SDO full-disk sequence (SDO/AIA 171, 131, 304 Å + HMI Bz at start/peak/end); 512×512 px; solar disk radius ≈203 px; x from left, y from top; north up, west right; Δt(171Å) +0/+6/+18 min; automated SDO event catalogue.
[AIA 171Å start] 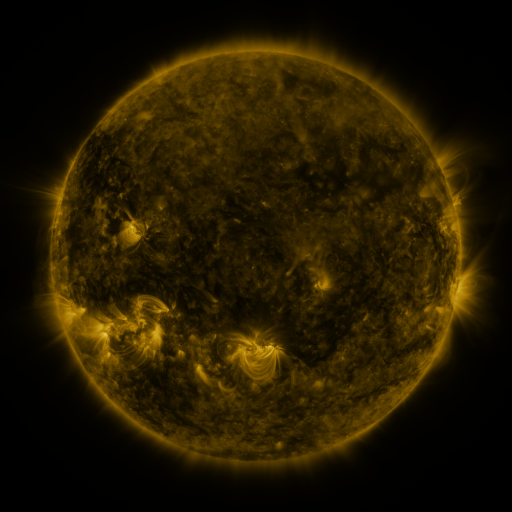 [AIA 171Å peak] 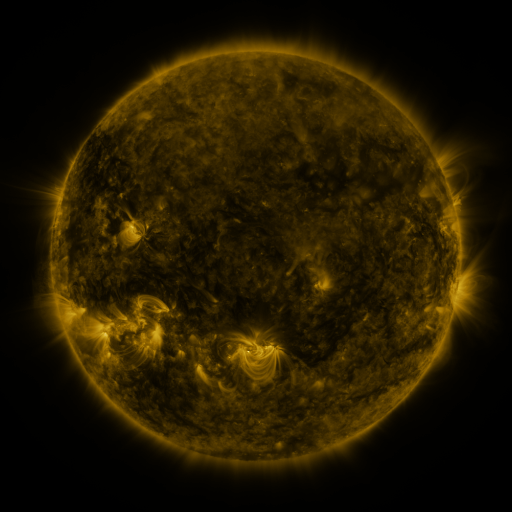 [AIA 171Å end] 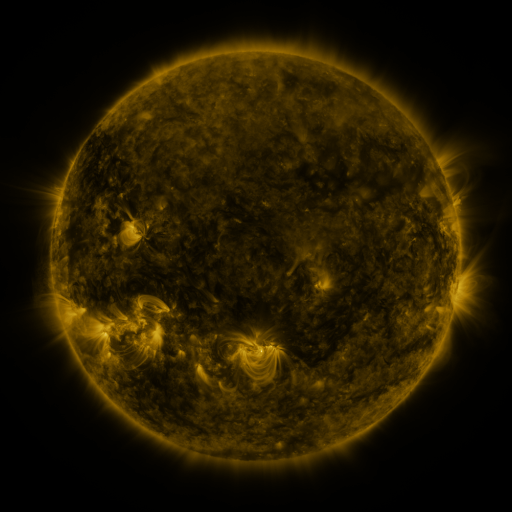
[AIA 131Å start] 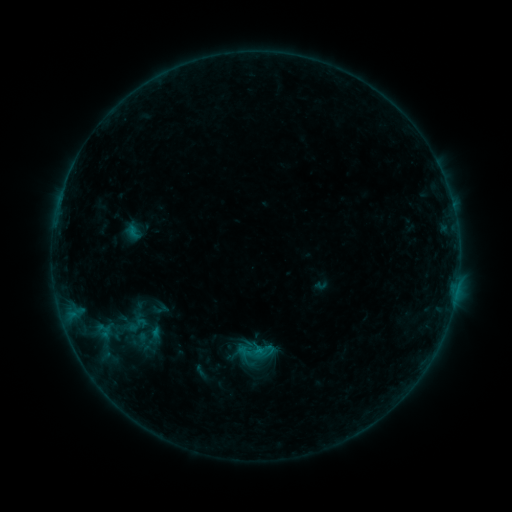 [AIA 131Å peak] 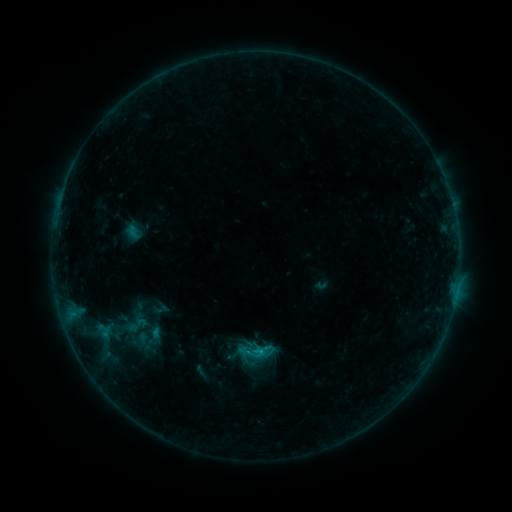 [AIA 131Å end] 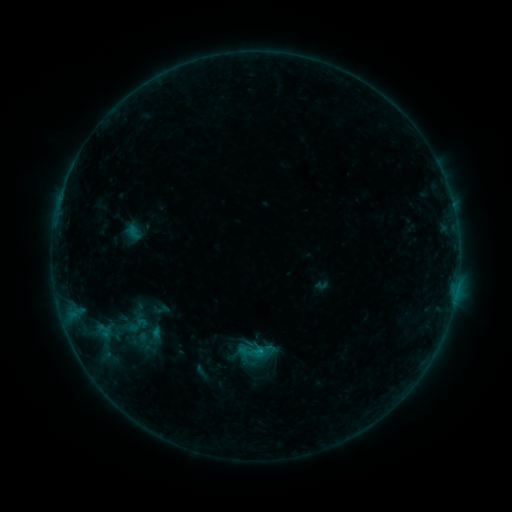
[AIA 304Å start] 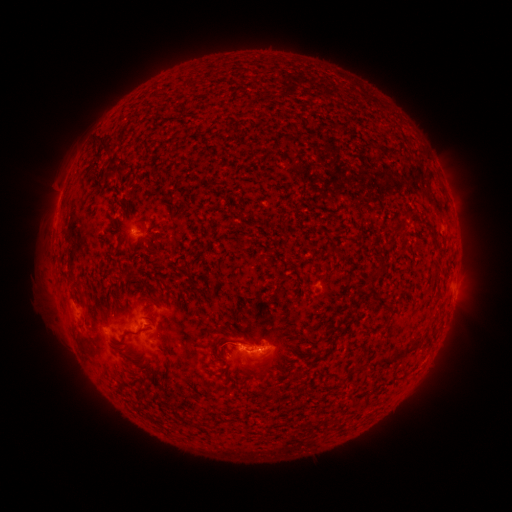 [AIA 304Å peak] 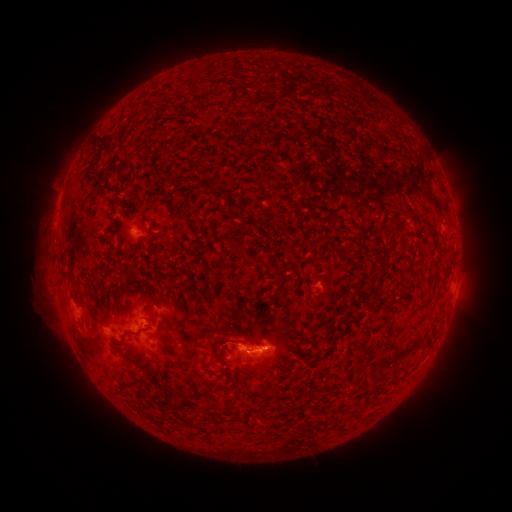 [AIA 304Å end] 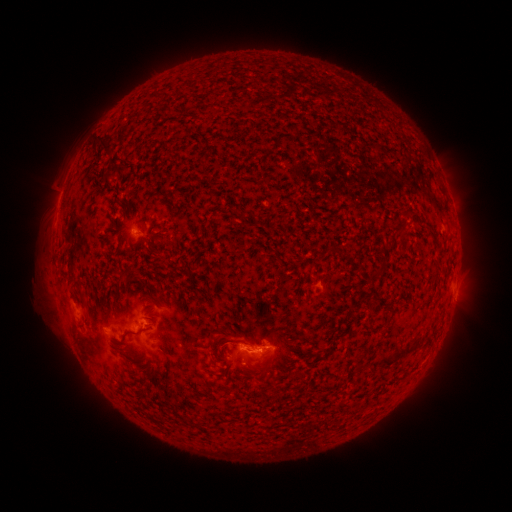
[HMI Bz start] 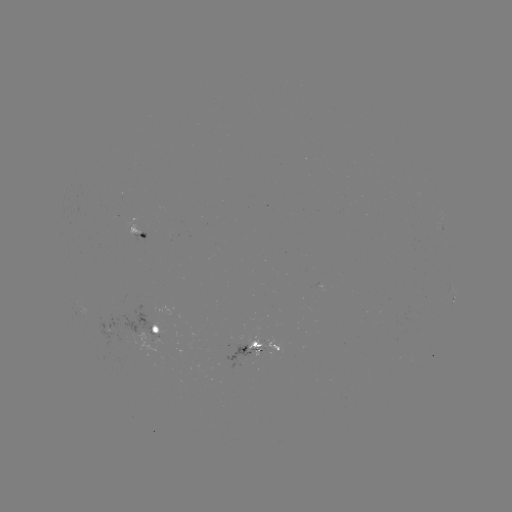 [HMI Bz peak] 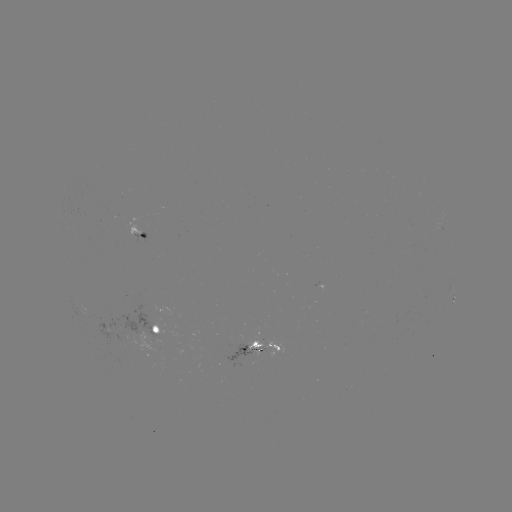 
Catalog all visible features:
C6.0 flare: (259, 352)
